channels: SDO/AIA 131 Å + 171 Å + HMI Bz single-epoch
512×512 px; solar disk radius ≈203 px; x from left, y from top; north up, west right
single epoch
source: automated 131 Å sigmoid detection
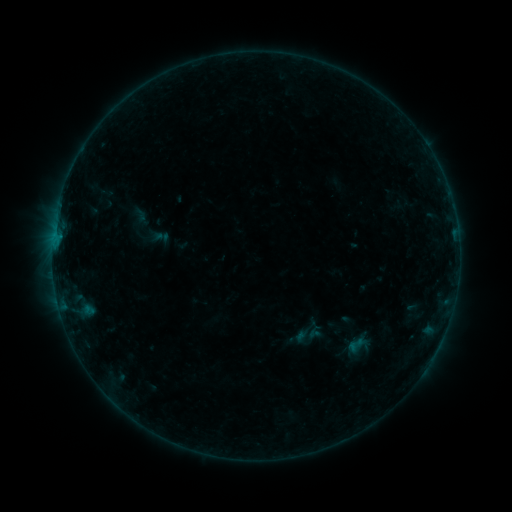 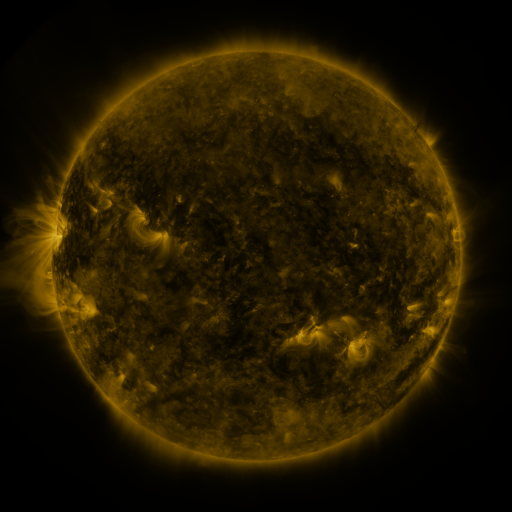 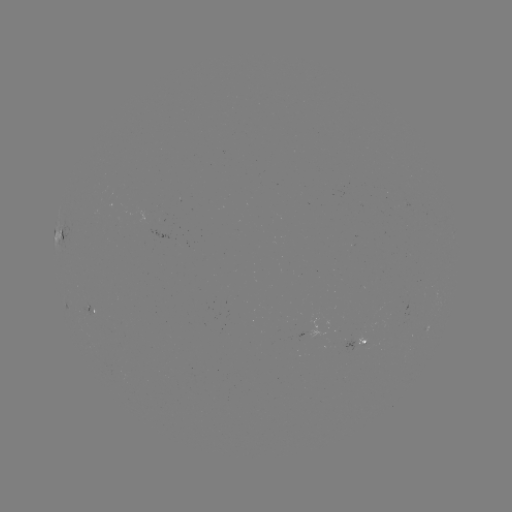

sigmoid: [347, 335, 365, 354]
